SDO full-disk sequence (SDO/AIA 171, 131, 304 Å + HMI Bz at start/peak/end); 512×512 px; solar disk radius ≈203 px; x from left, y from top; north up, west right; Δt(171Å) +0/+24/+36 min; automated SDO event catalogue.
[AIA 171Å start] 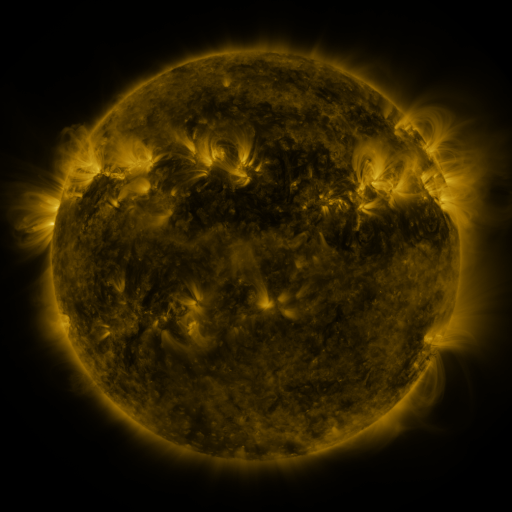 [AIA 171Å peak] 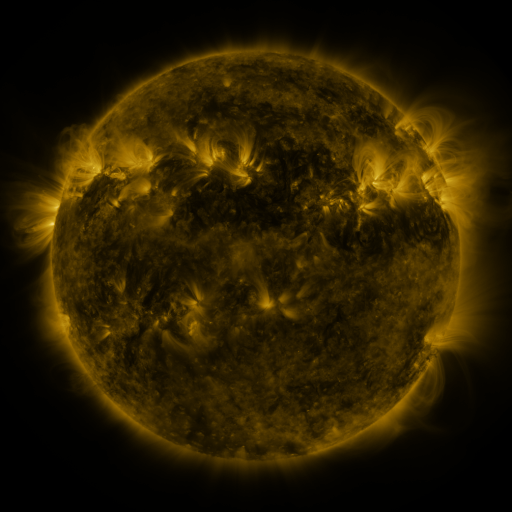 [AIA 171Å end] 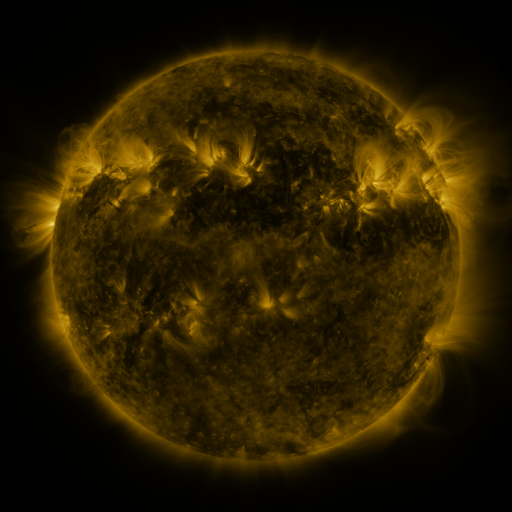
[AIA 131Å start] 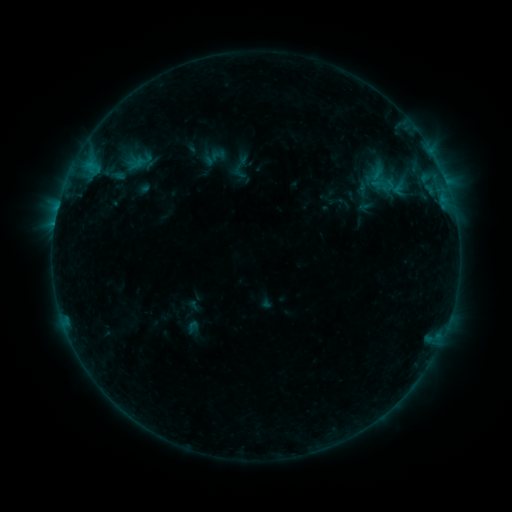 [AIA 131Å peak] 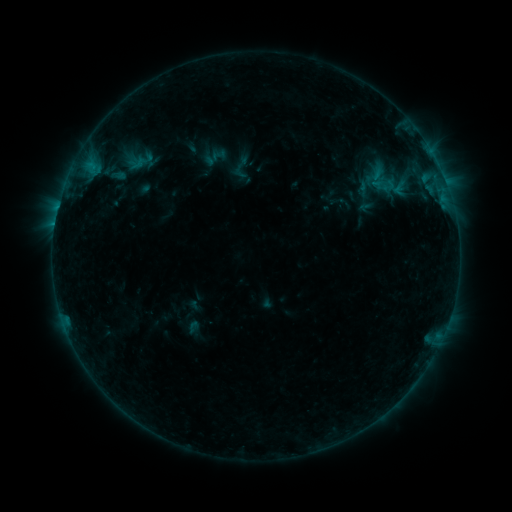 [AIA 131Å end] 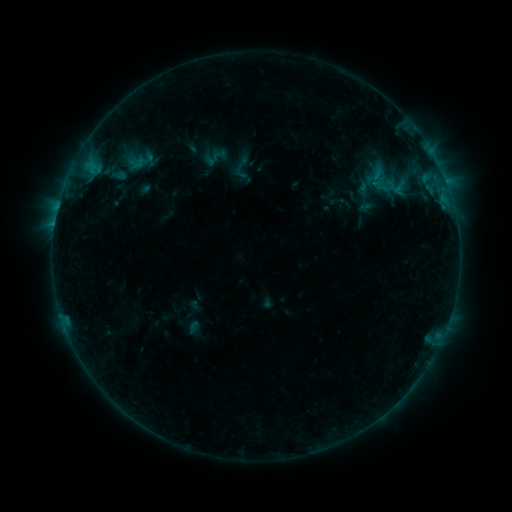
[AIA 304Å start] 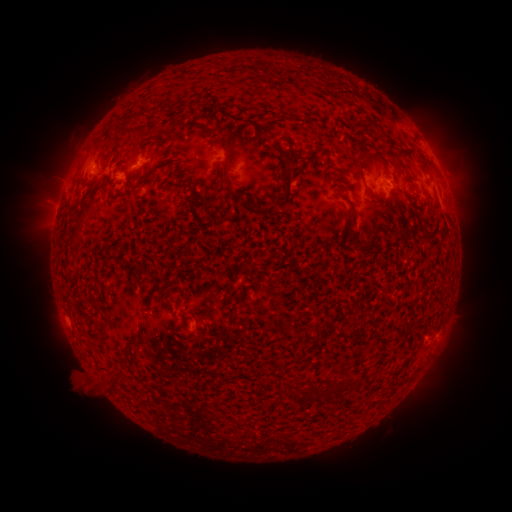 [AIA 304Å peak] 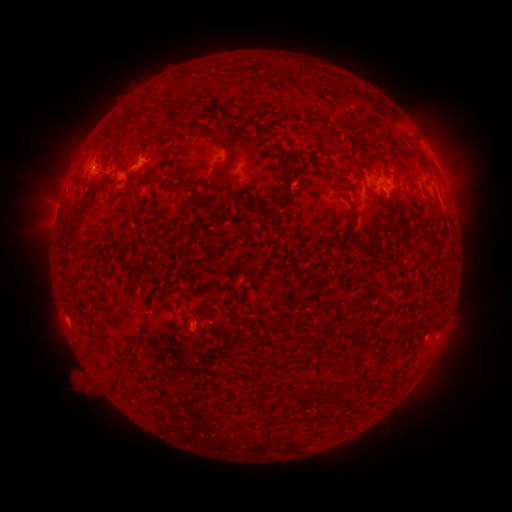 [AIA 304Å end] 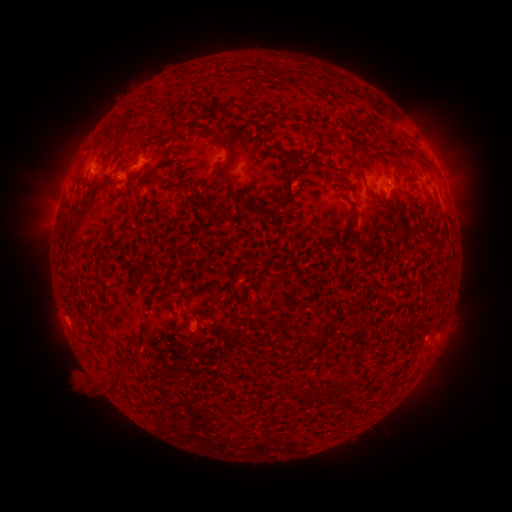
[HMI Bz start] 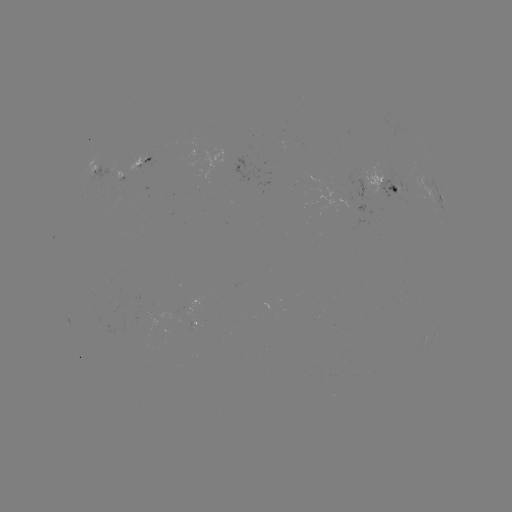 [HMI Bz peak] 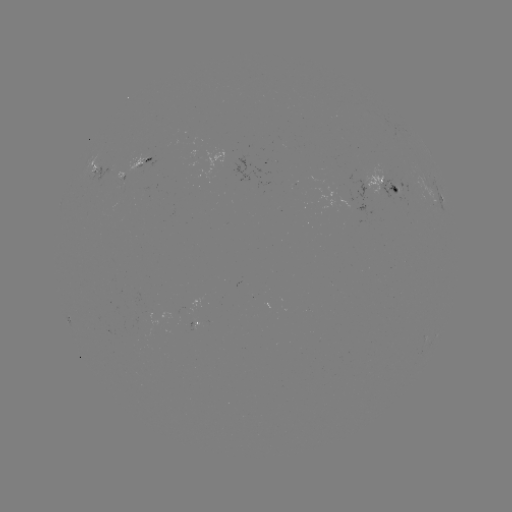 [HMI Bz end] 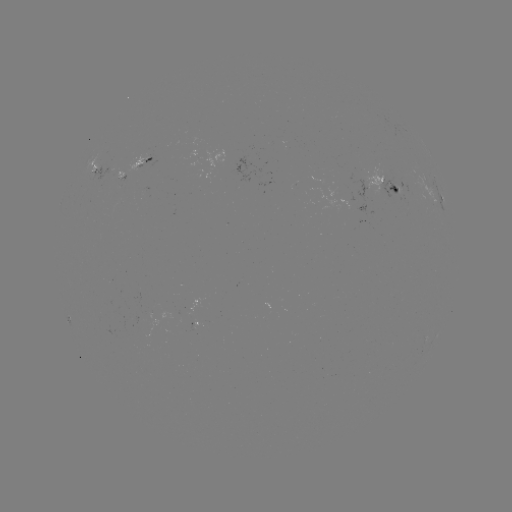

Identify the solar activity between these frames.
emerging-flux region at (393, 187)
